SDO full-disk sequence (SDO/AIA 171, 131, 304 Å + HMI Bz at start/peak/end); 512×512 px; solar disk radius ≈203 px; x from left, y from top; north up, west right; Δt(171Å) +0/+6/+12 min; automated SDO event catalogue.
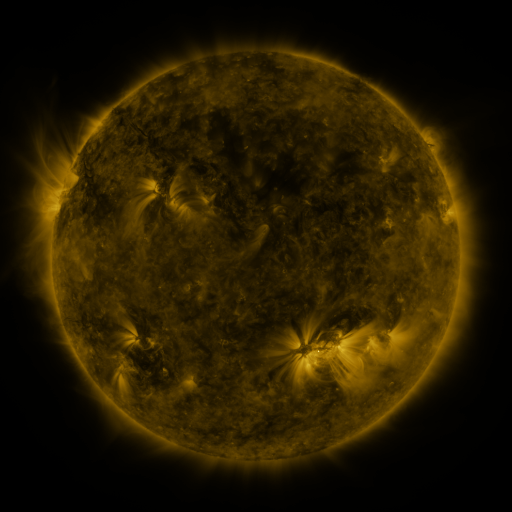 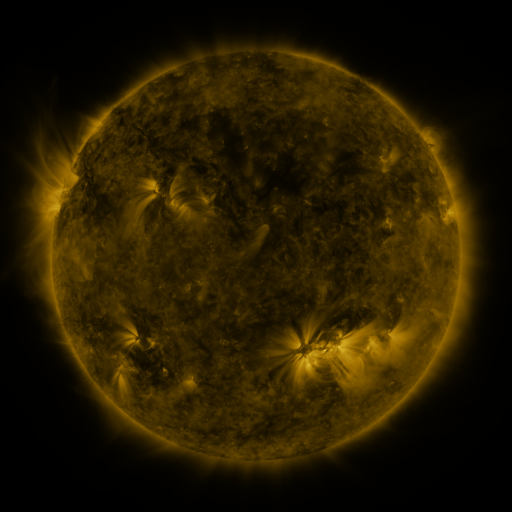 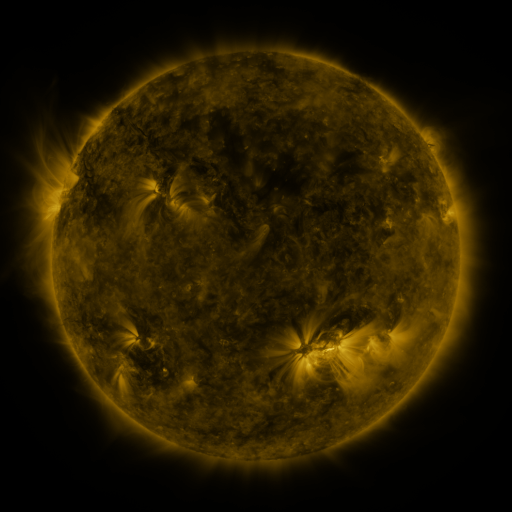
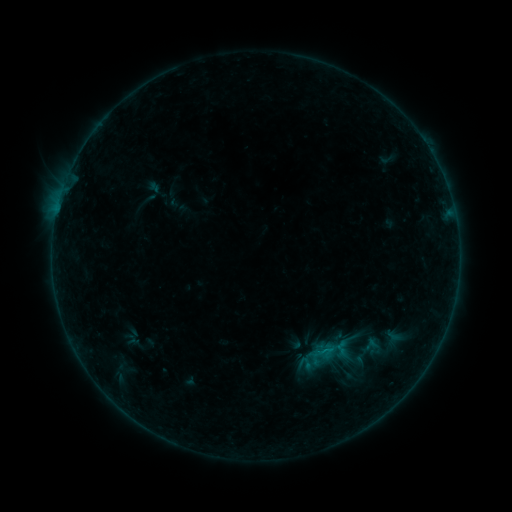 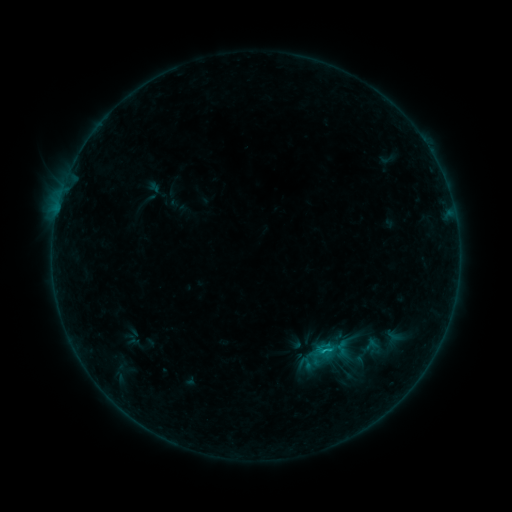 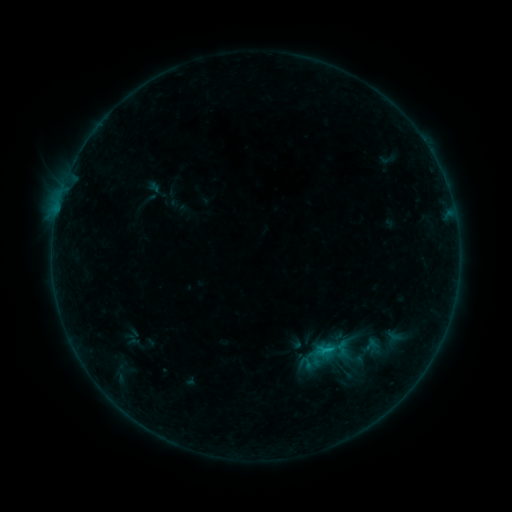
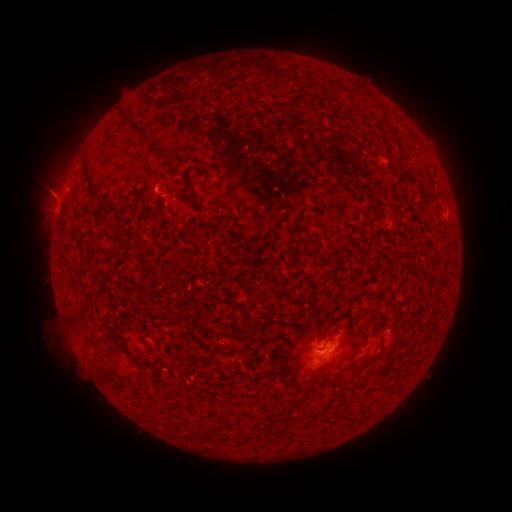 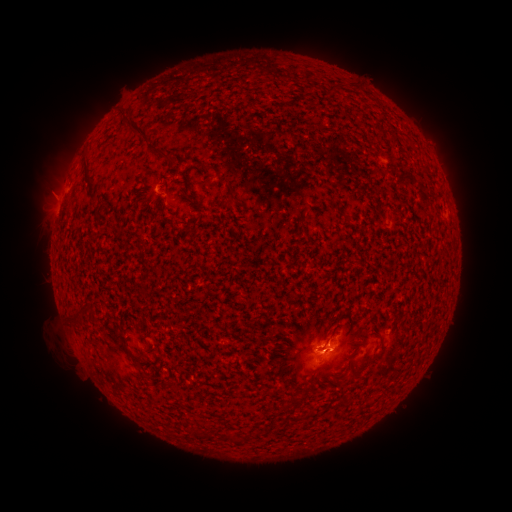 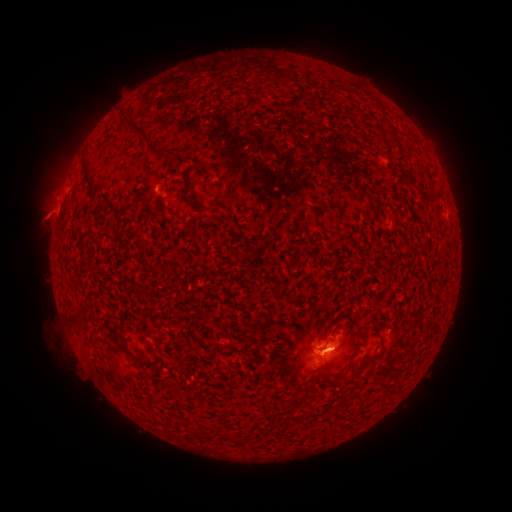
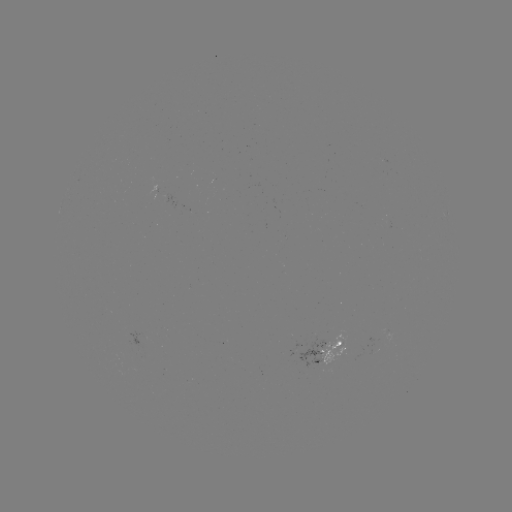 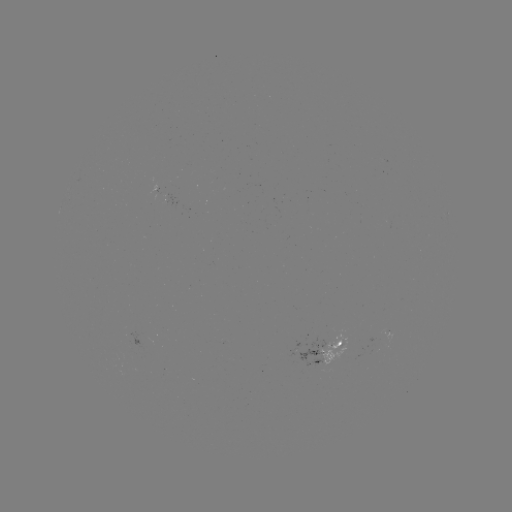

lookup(B5.5 flare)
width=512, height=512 (323, 348)